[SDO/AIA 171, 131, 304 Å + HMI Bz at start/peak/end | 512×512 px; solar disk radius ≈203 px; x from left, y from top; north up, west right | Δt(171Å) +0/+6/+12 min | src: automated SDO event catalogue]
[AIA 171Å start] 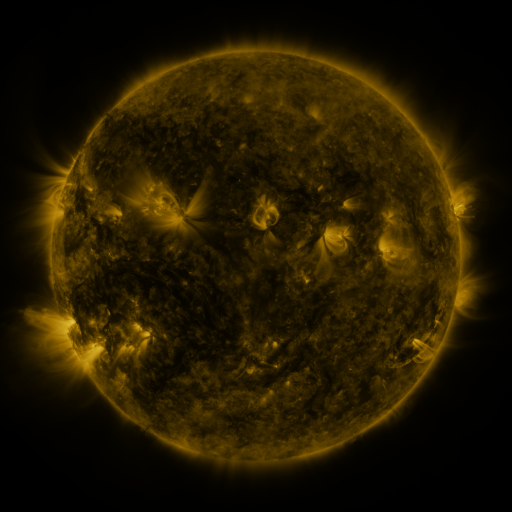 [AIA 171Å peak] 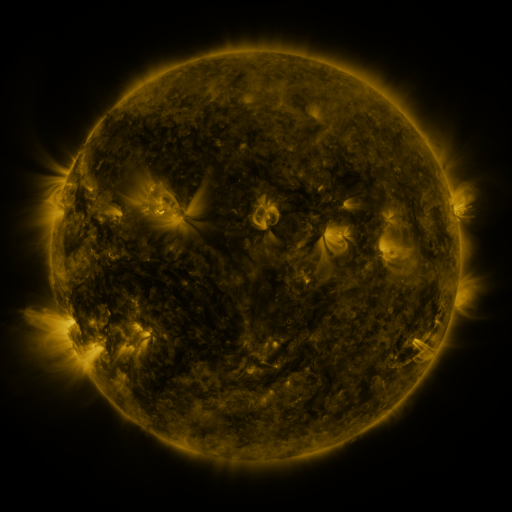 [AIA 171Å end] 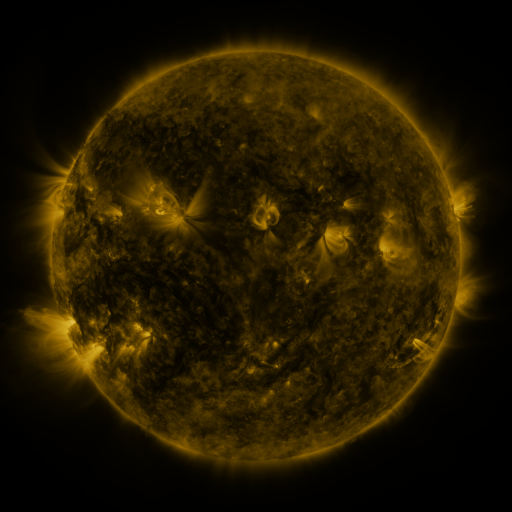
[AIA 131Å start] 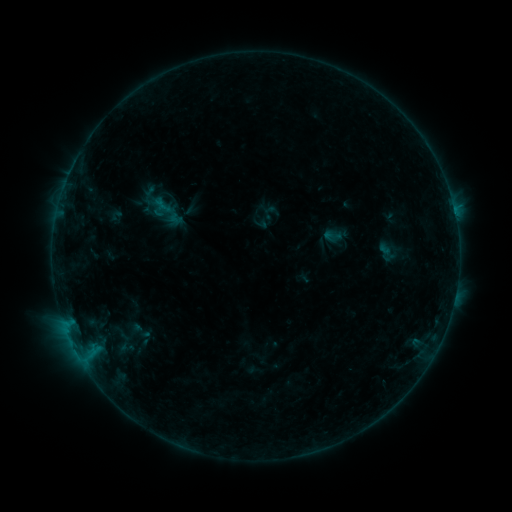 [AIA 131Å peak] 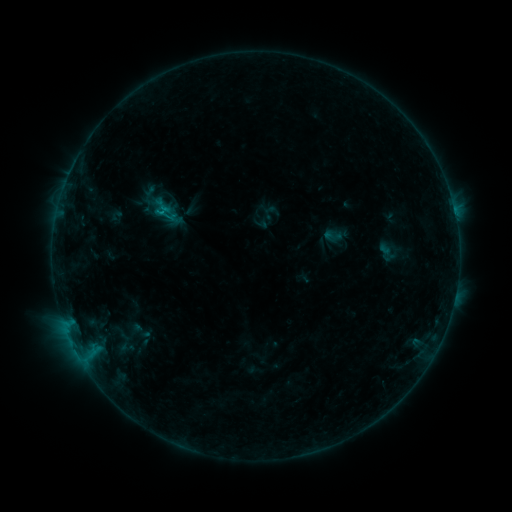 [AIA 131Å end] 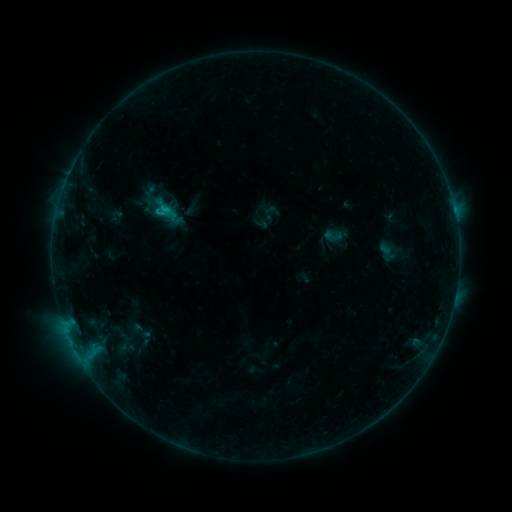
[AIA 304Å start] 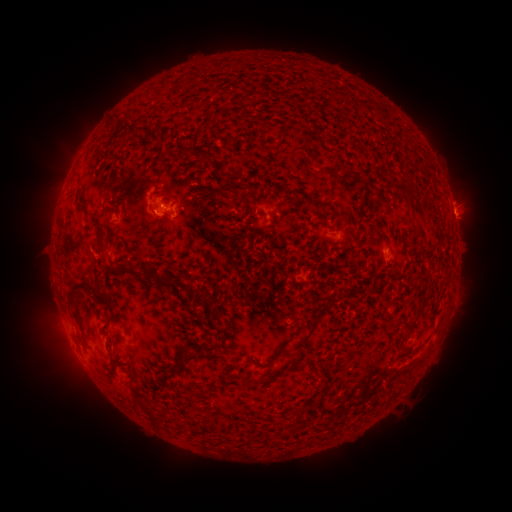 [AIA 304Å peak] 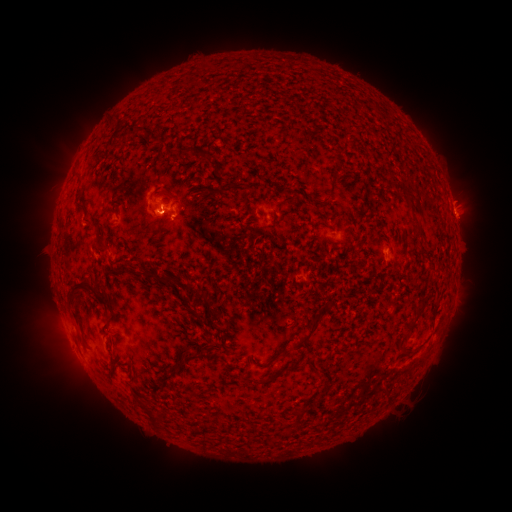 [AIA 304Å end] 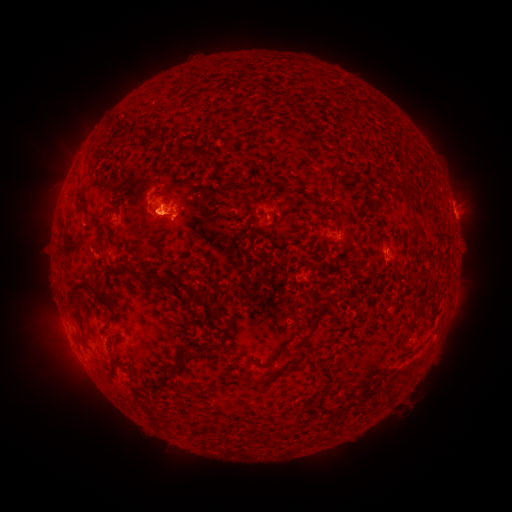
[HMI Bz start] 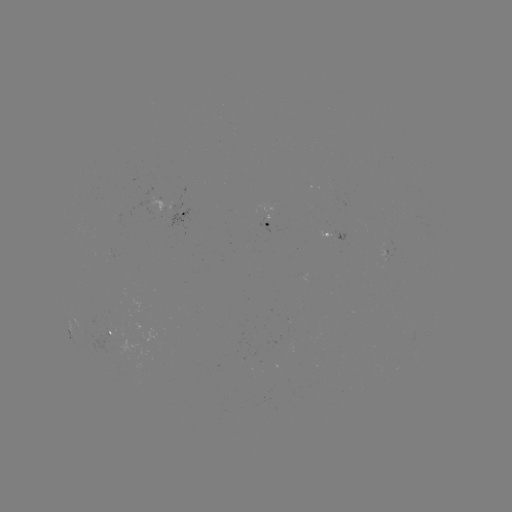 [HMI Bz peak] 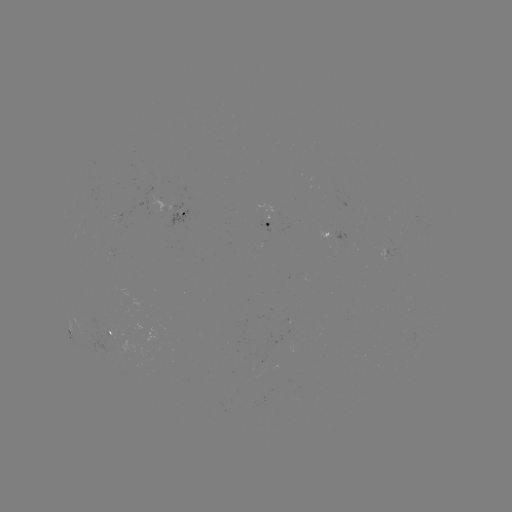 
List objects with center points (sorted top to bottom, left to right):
eruption: (152, 223)
